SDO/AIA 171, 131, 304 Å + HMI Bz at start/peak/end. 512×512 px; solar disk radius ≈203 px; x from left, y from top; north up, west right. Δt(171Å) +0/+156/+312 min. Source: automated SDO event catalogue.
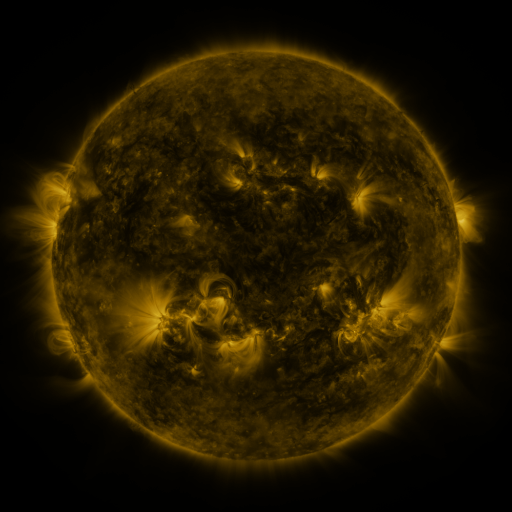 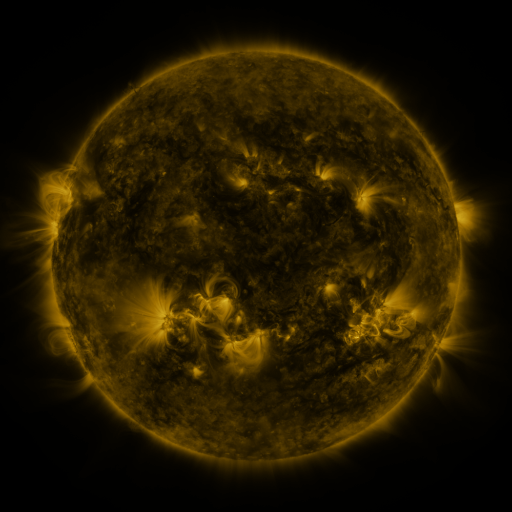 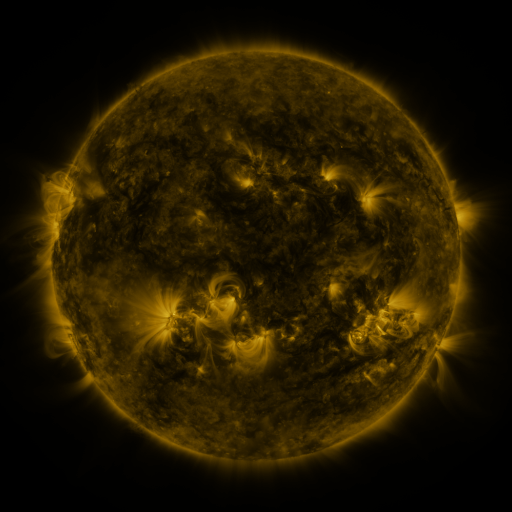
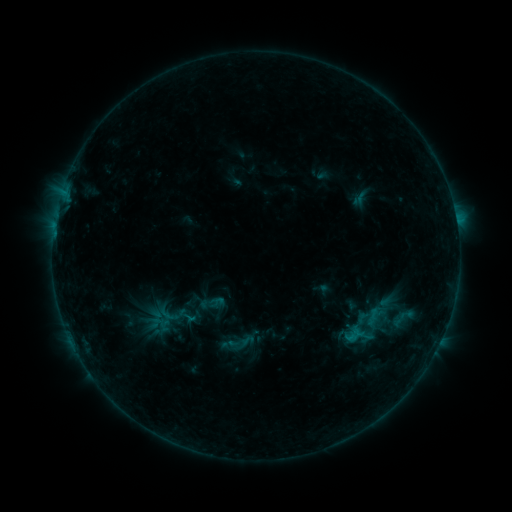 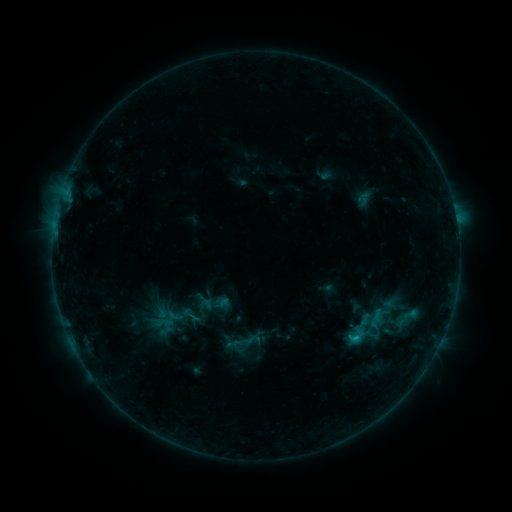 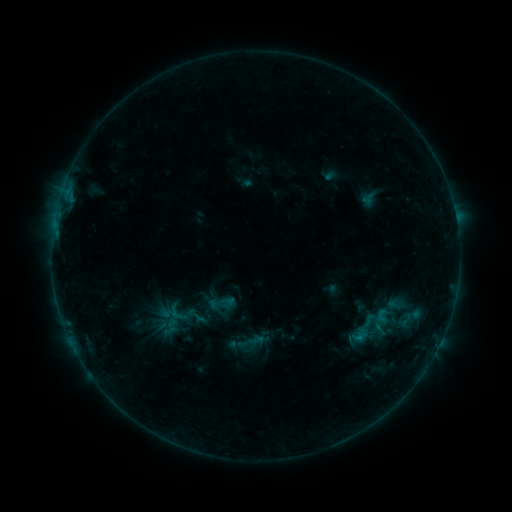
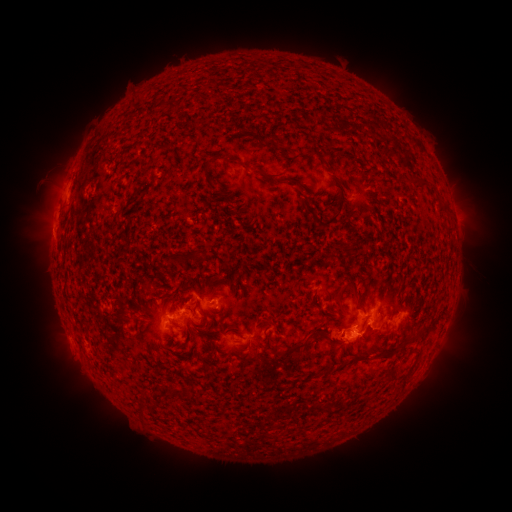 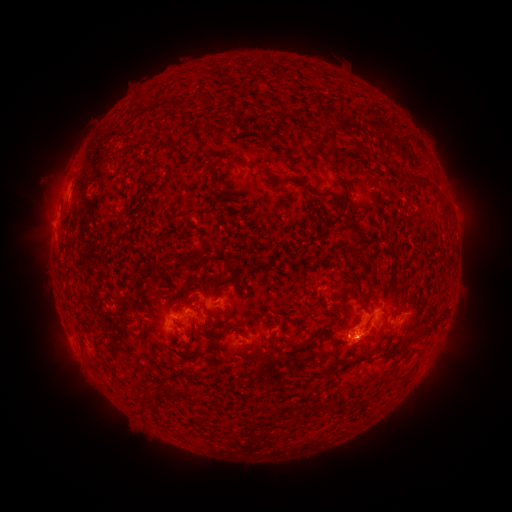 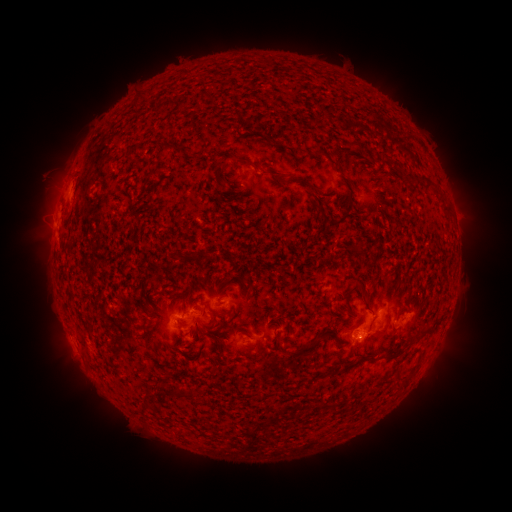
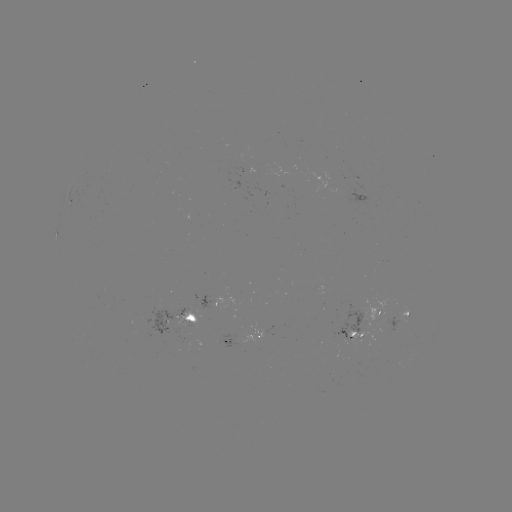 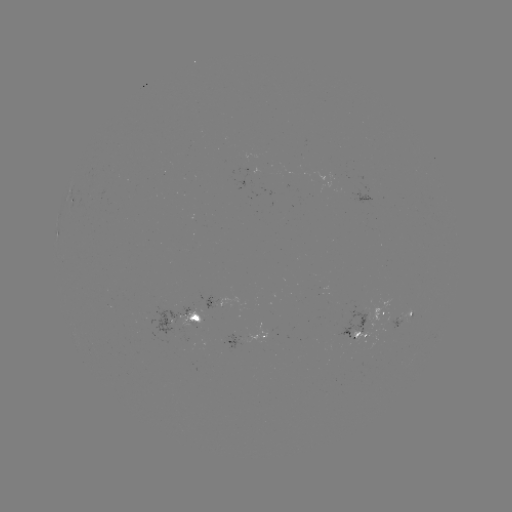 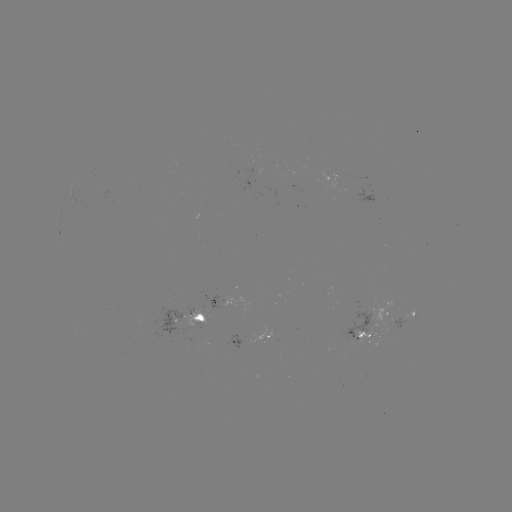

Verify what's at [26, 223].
filament eruption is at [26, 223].